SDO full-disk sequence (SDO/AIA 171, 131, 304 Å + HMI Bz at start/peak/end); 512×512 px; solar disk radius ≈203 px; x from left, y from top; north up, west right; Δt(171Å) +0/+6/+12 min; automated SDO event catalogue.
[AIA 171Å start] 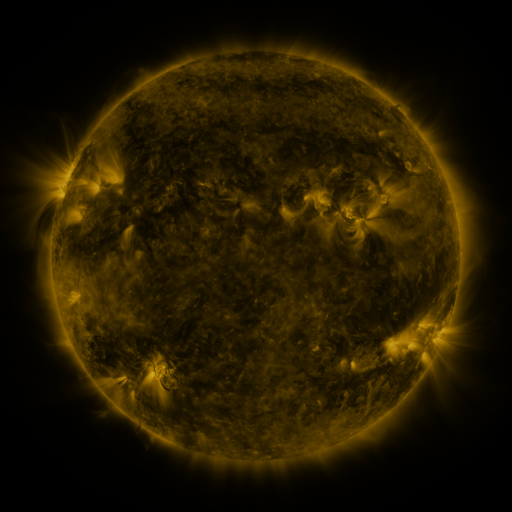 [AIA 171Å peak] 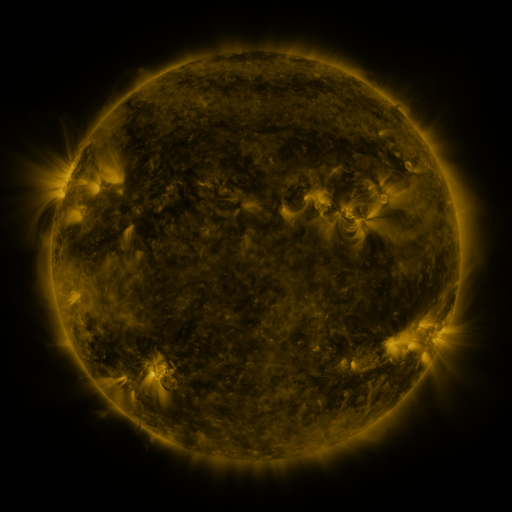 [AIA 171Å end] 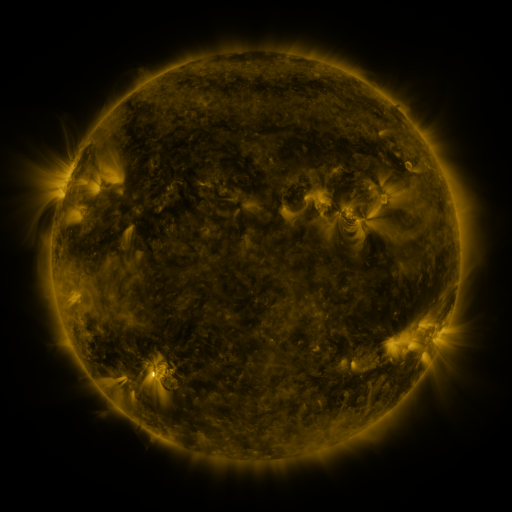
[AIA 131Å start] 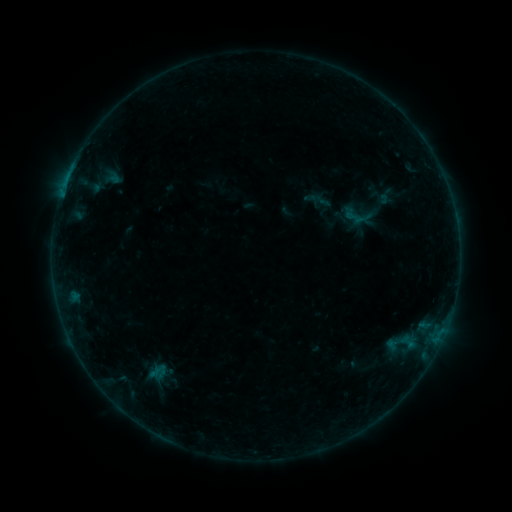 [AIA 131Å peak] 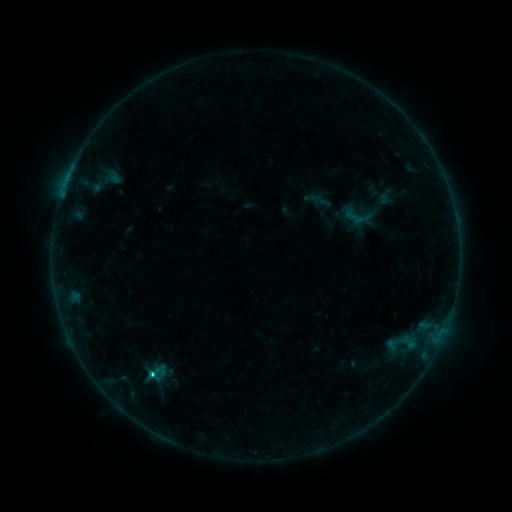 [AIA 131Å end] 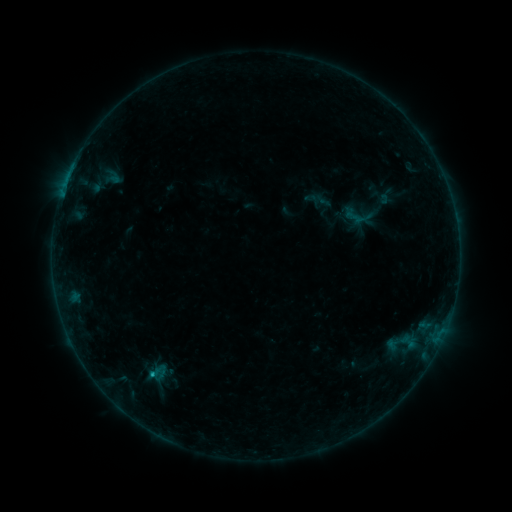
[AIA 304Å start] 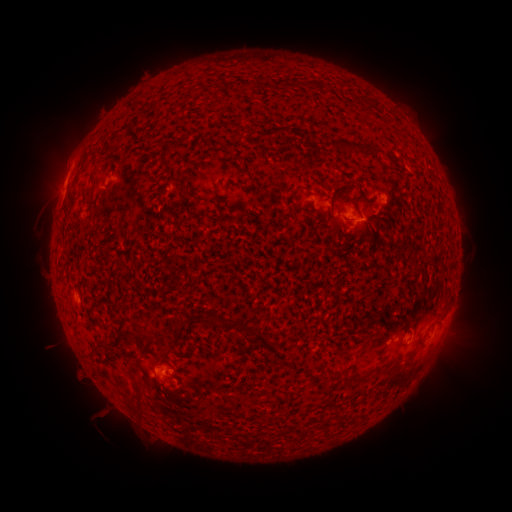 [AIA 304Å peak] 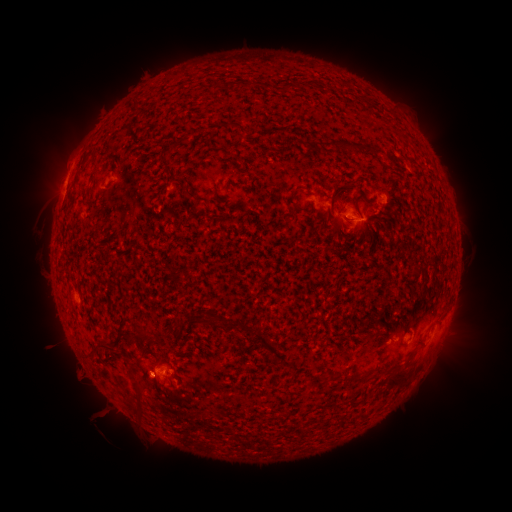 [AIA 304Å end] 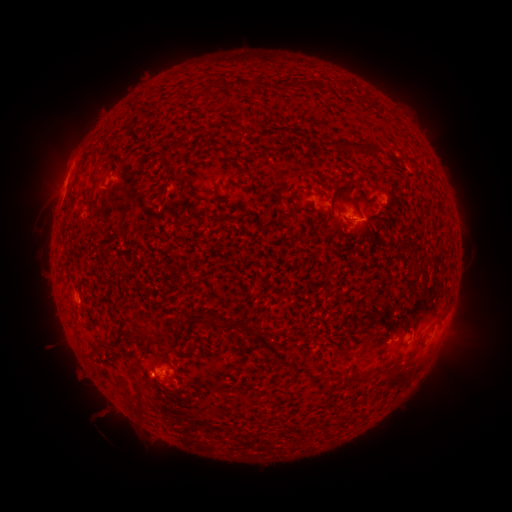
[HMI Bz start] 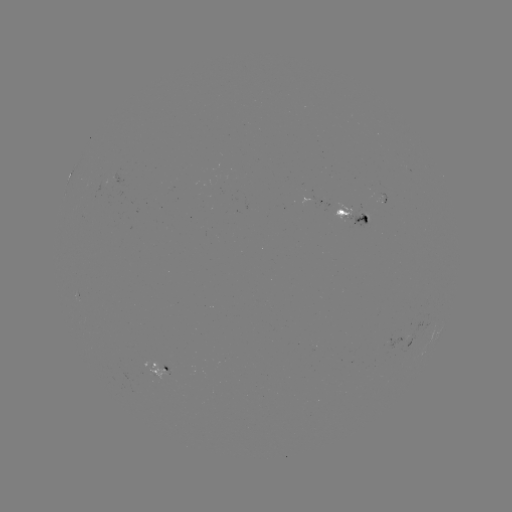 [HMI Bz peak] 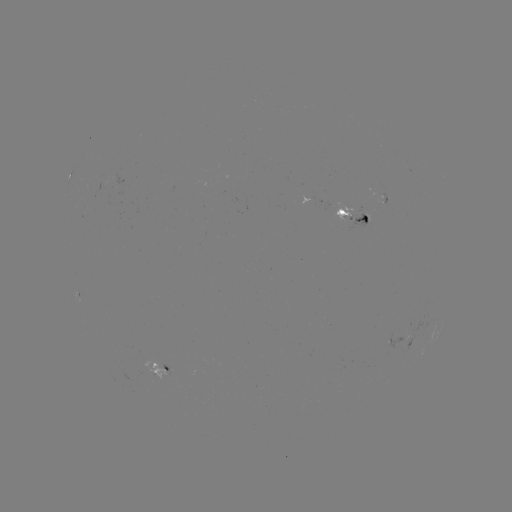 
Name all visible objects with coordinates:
B8.3 flare: (153, 373)
